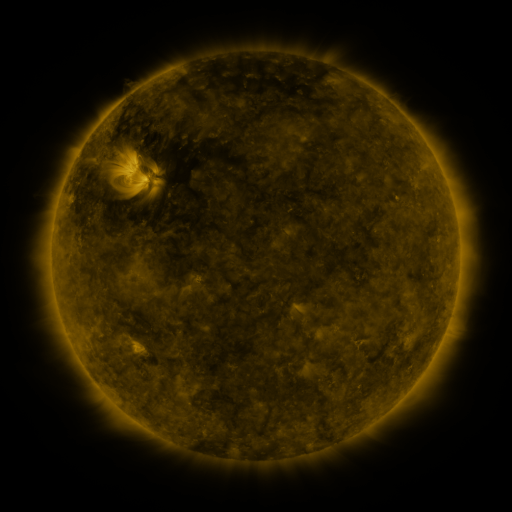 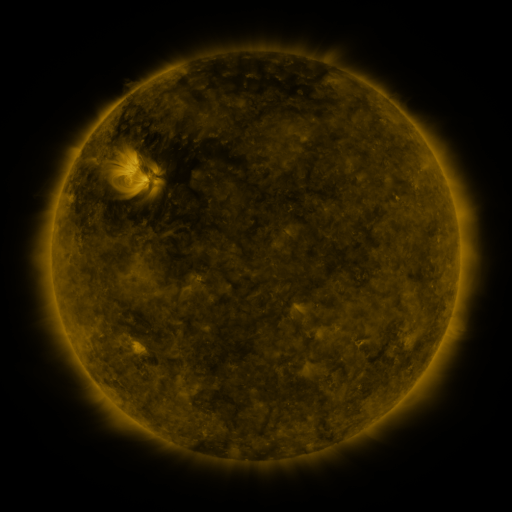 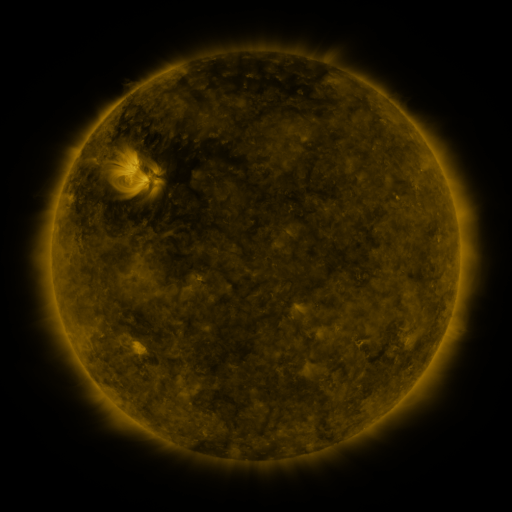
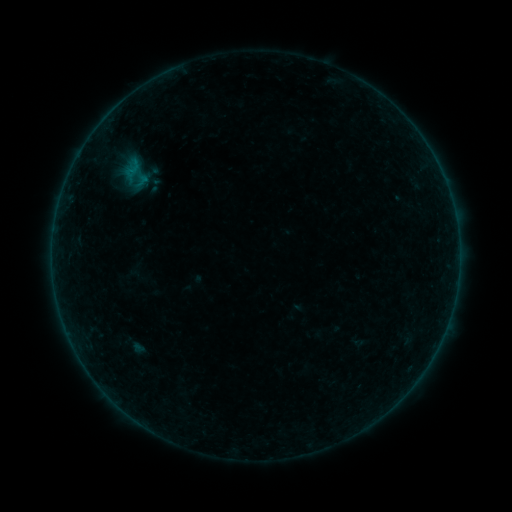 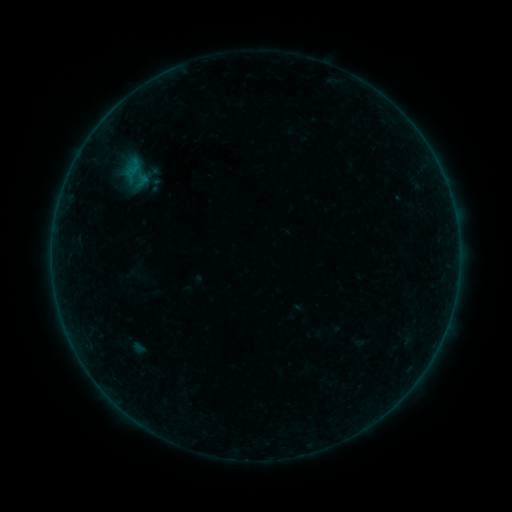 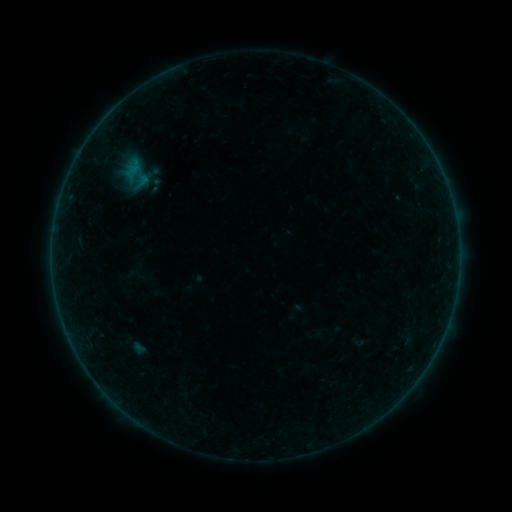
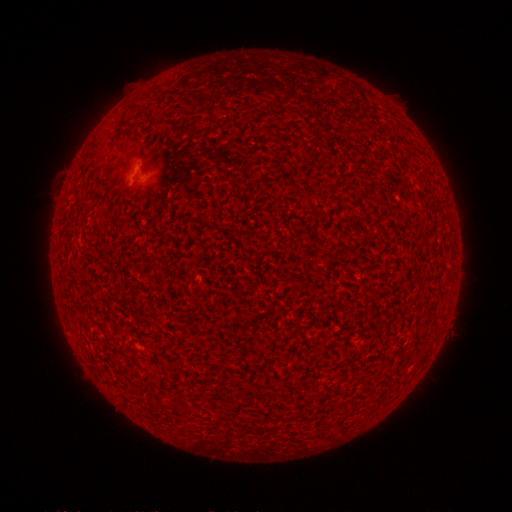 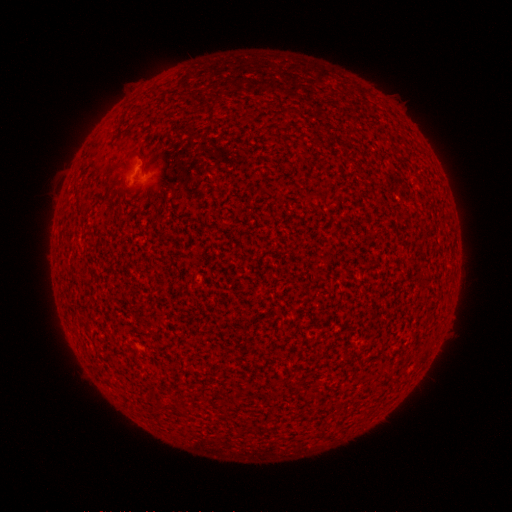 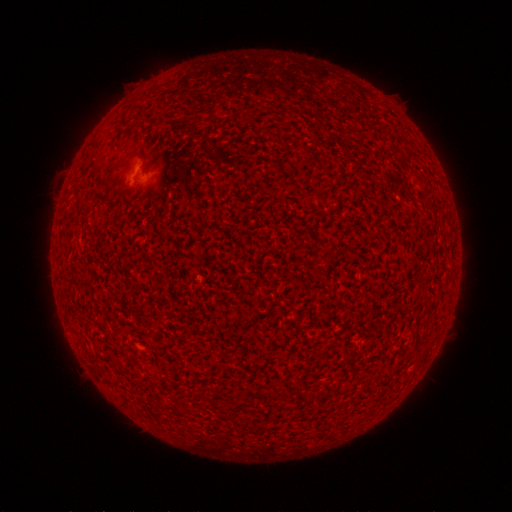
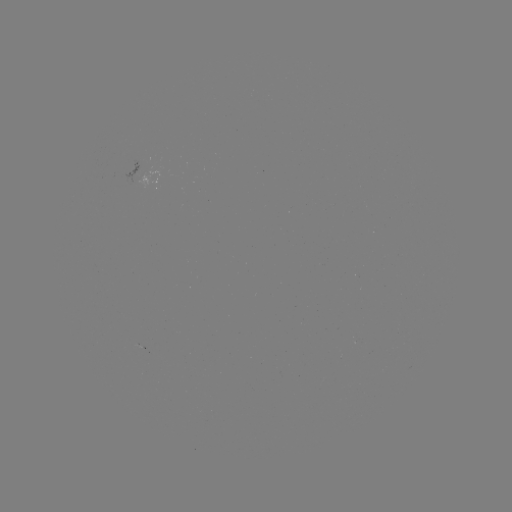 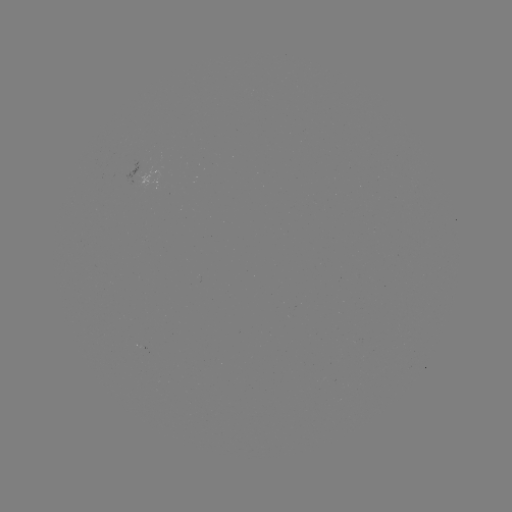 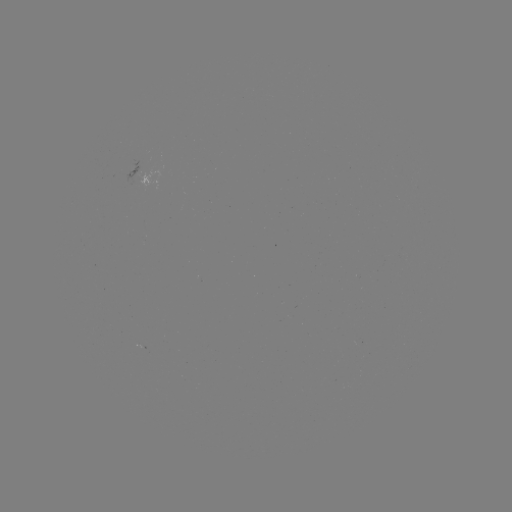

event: flare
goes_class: A7.3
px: (140, 170)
